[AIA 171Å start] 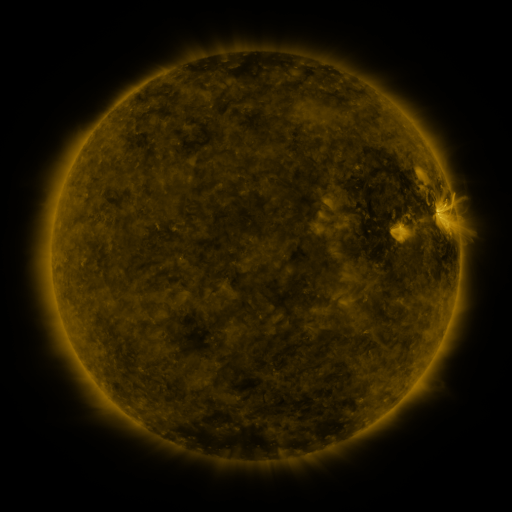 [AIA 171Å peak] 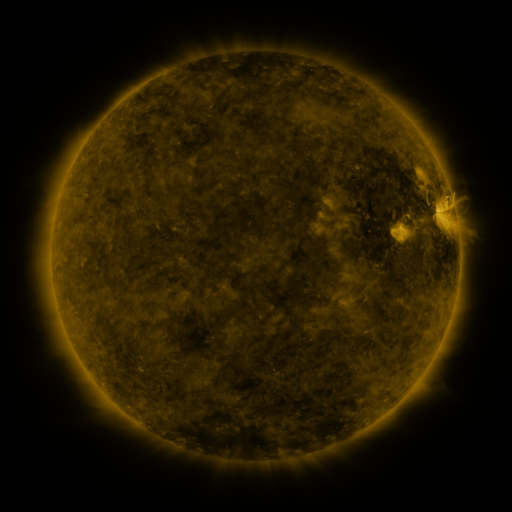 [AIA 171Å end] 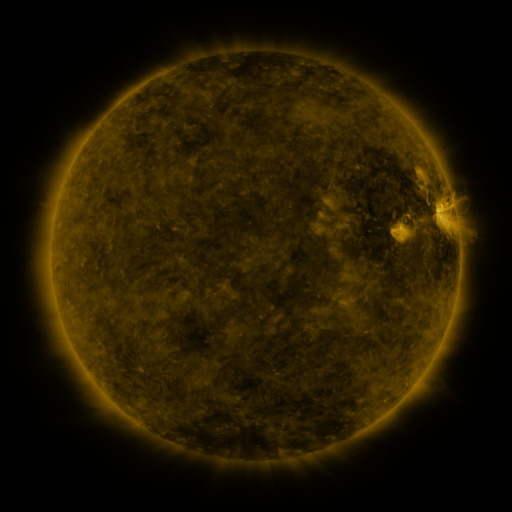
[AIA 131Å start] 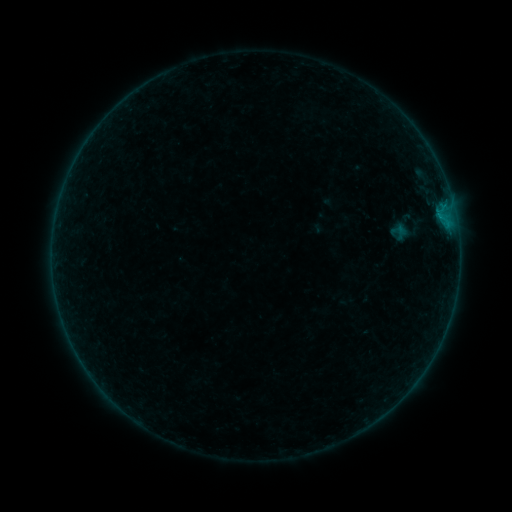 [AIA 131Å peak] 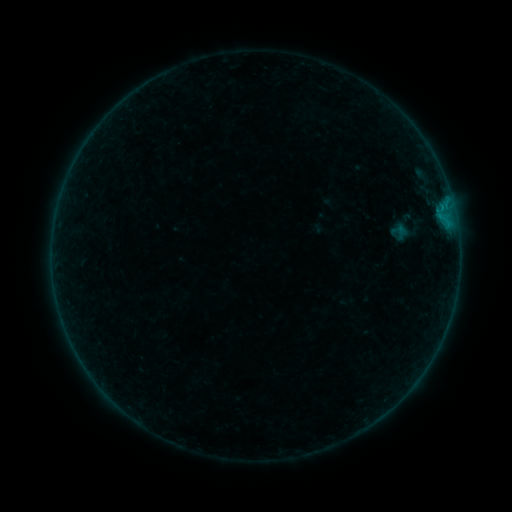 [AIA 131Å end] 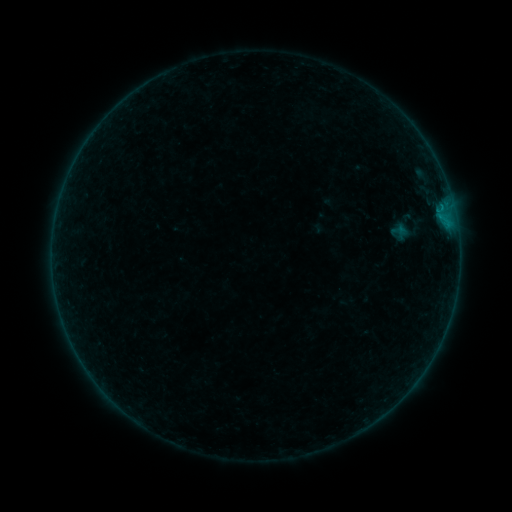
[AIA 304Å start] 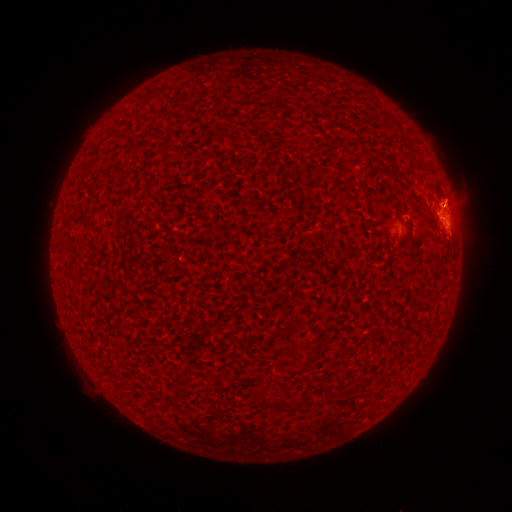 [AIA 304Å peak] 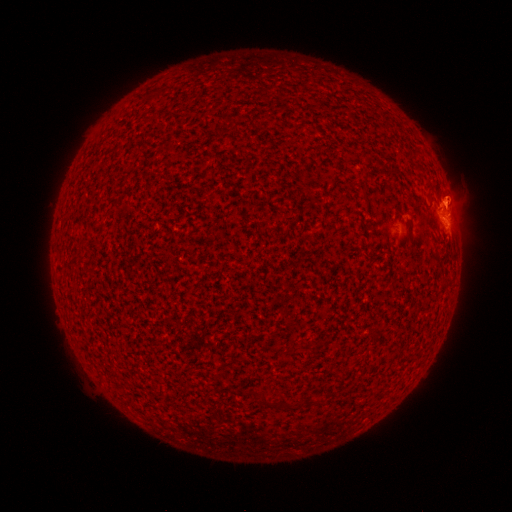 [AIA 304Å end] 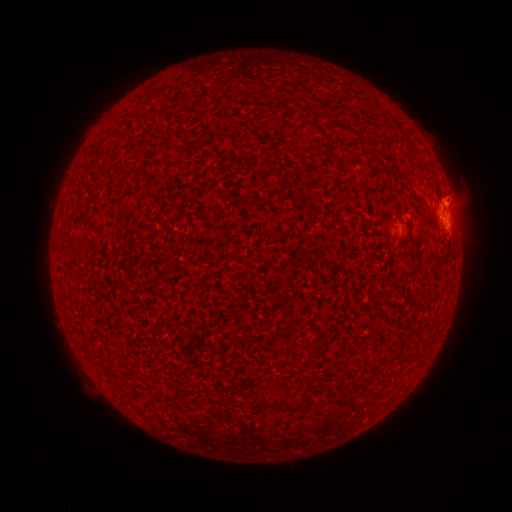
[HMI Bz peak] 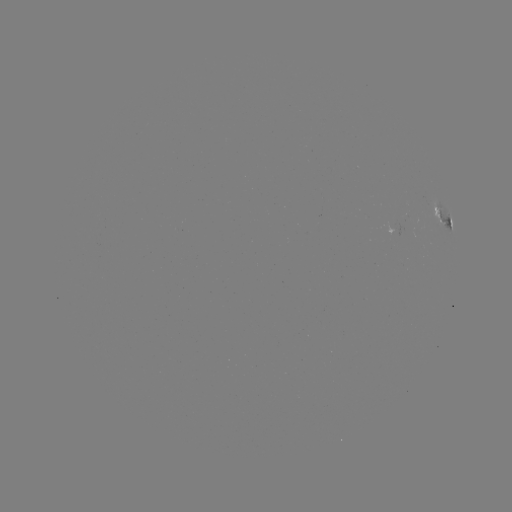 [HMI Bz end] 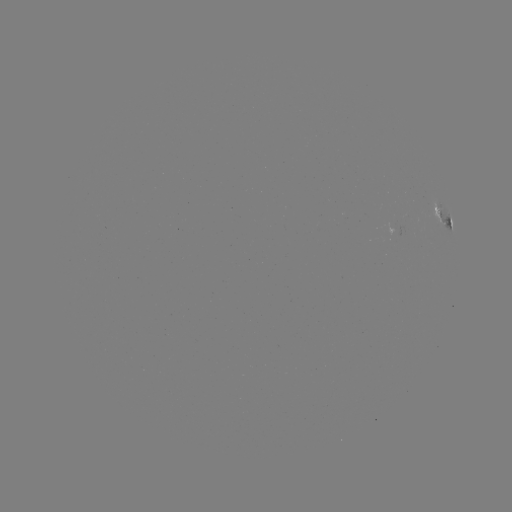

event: flare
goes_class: B3.1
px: (442, 208)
